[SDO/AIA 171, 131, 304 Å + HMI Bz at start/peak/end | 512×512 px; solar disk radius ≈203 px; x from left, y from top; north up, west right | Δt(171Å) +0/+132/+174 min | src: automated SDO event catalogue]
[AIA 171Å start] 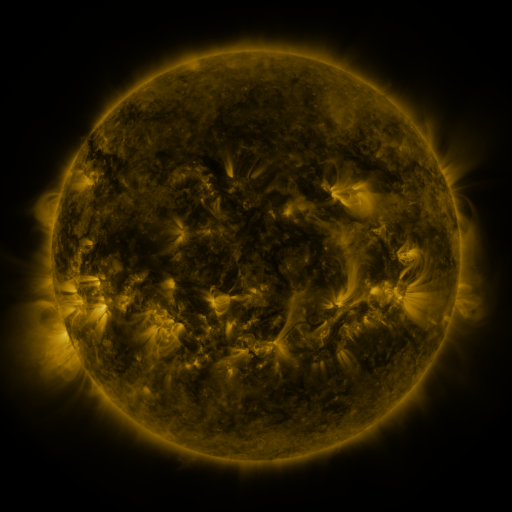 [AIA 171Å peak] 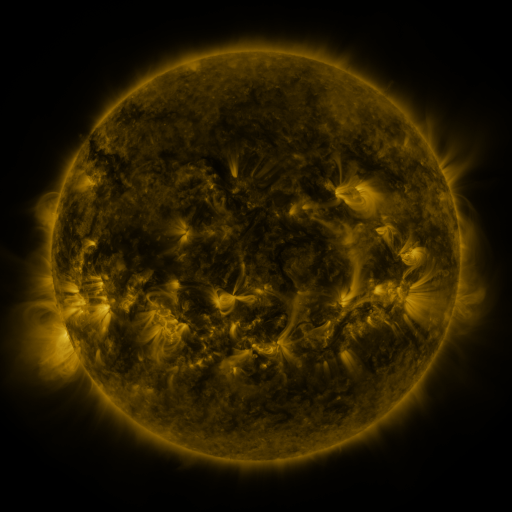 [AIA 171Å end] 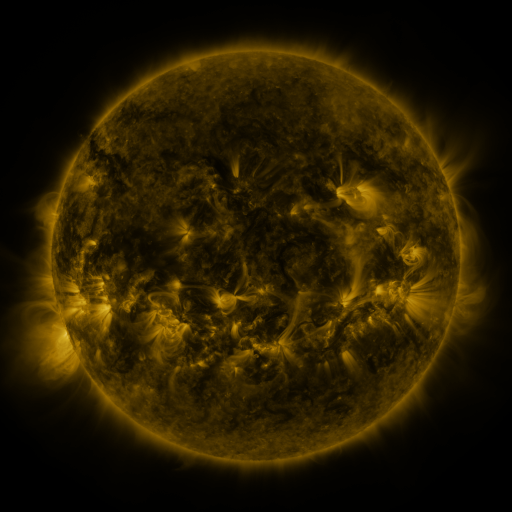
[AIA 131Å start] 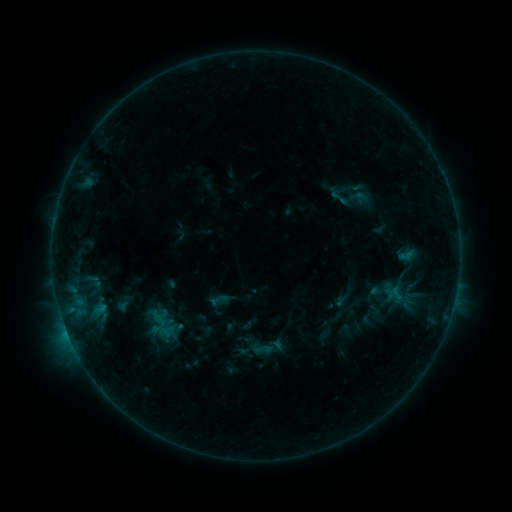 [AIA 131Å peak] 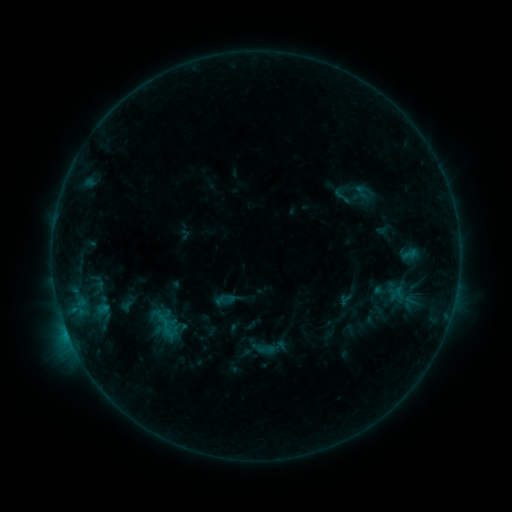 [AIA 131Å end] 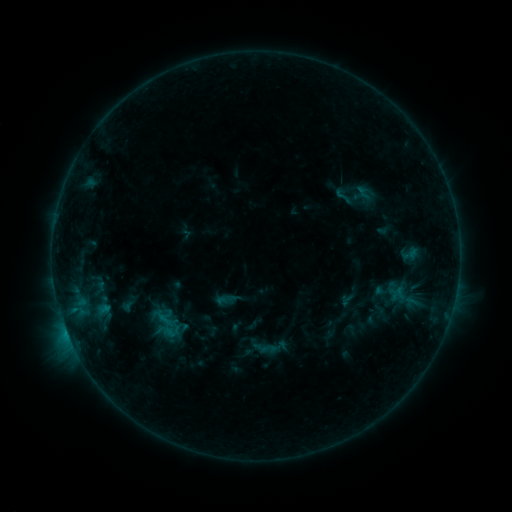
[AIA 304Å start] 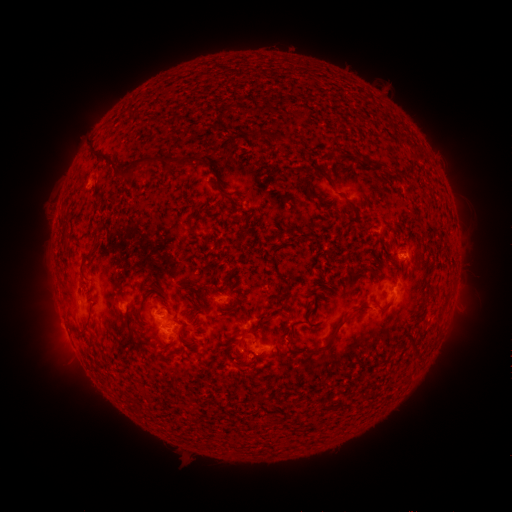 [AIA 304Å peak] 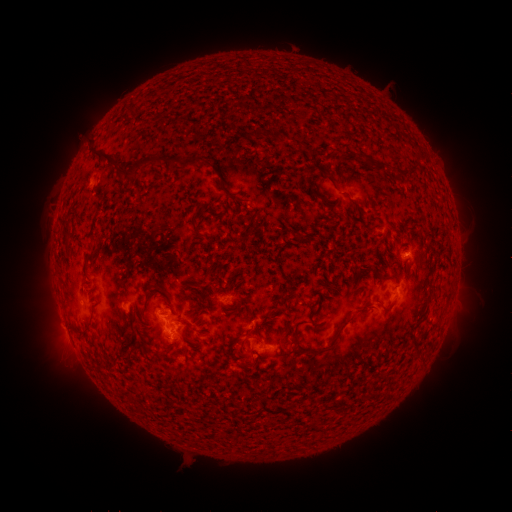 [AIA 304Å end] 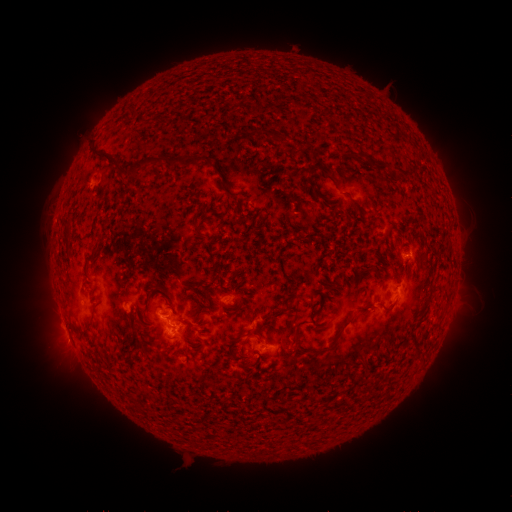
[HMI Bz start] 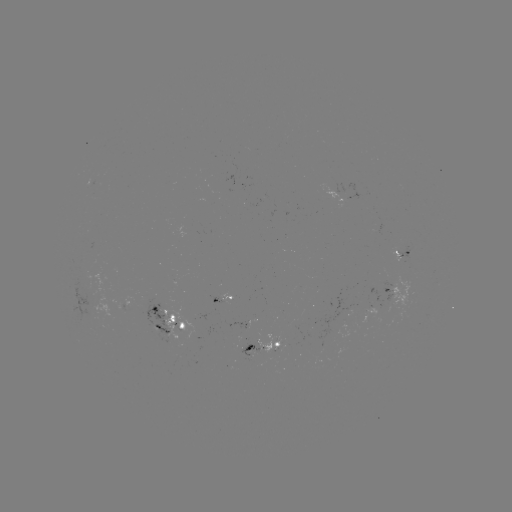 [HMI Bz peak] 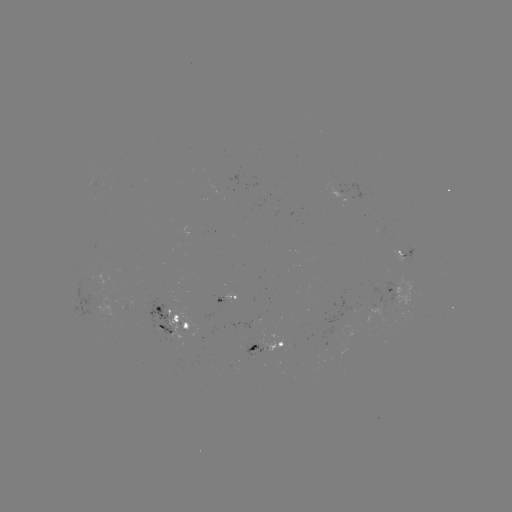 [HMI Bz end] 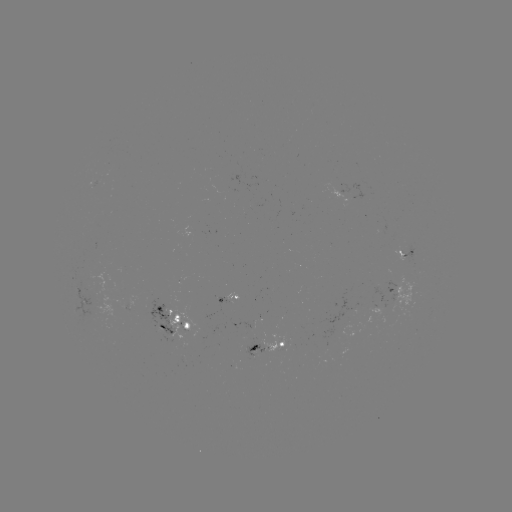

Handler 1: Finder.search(emerging-flux region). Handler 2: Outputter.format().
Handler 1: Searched emerging-flux region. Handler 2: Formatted (372, 311).